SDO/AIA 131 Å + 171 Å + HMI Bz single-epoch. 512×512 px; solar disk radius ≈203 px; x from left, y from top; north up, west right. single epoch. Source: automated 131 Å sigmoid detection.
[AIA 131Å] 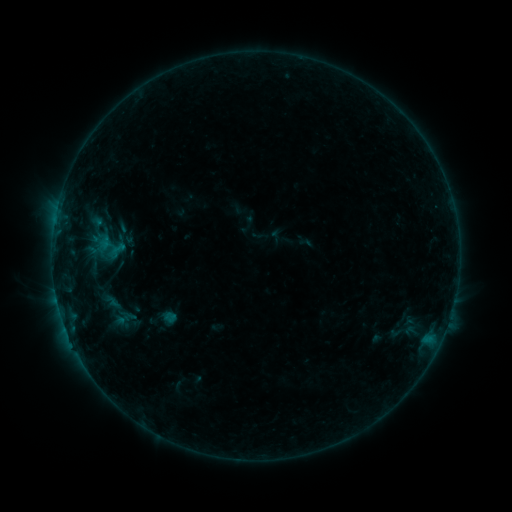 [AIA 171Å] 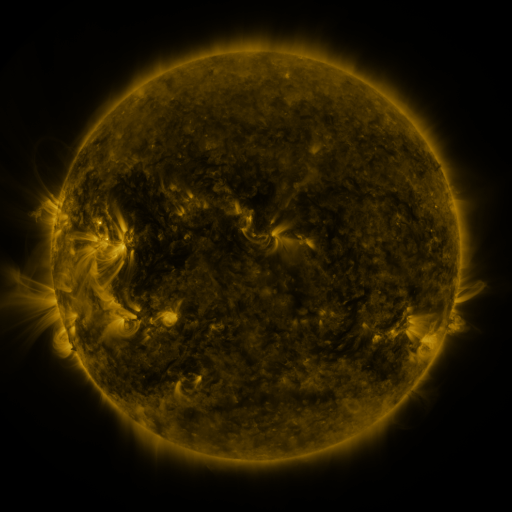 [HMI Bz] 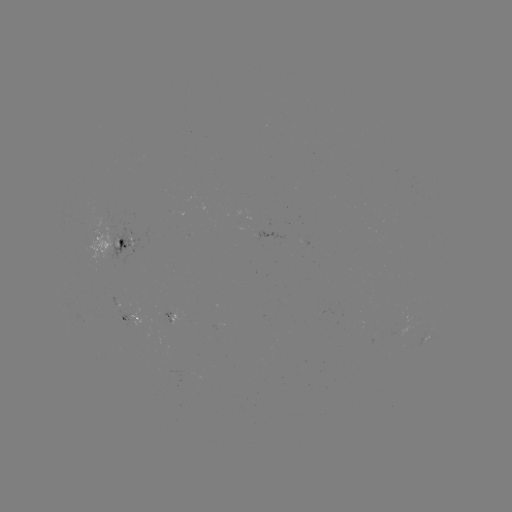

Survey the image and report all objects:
sigmoid: (111, 301)
